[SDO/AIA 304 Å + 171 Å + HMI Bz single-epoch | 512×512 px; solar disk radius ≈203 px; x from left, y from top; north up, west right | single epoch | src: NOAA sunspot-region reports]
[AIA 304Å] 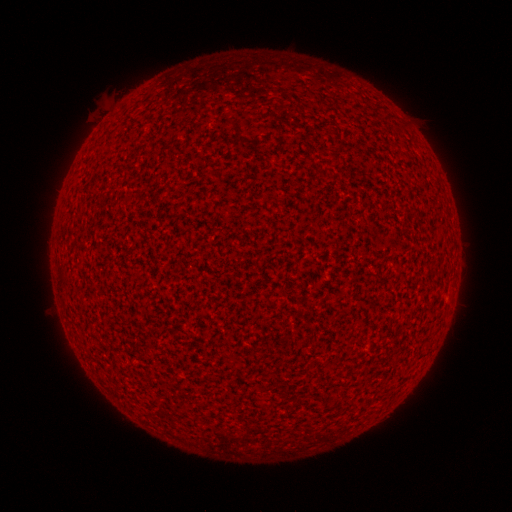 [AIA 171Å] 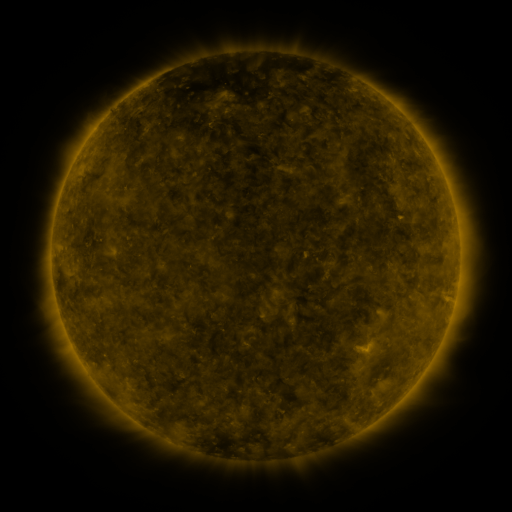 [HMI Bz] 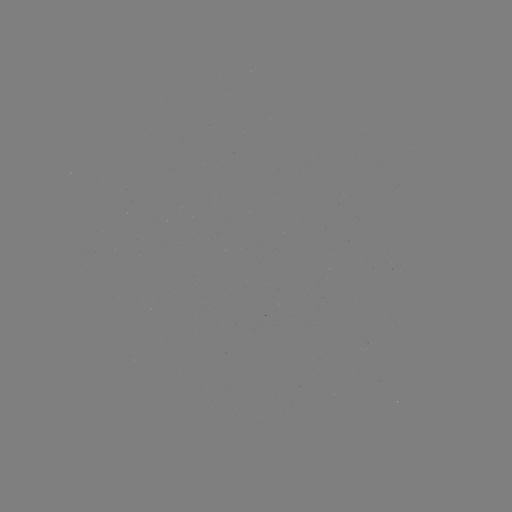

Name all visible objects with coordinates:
(none)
